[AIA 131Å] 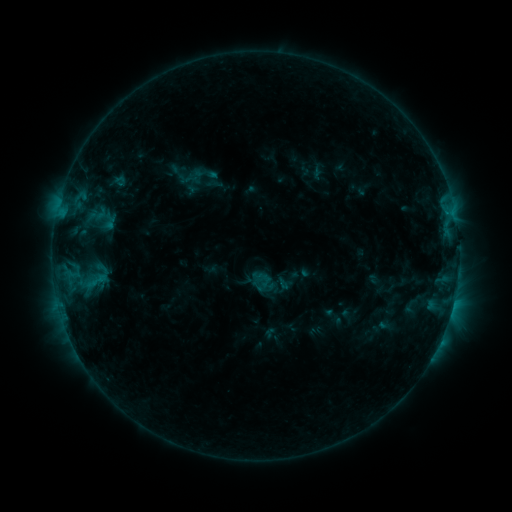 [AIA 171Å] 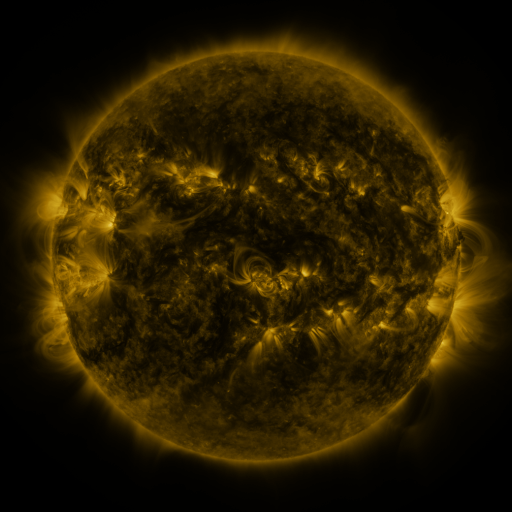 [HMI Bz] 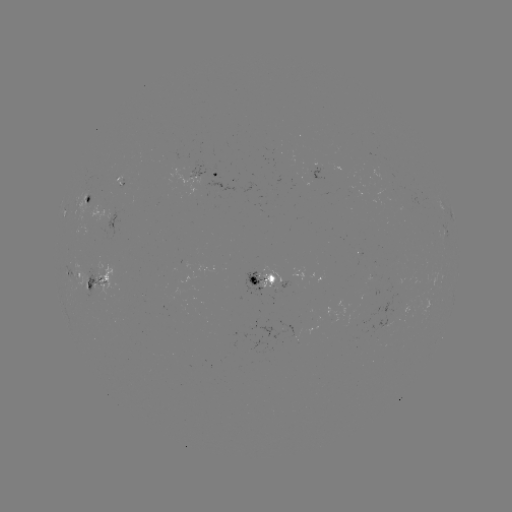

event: sigmoid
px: (95, 281)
